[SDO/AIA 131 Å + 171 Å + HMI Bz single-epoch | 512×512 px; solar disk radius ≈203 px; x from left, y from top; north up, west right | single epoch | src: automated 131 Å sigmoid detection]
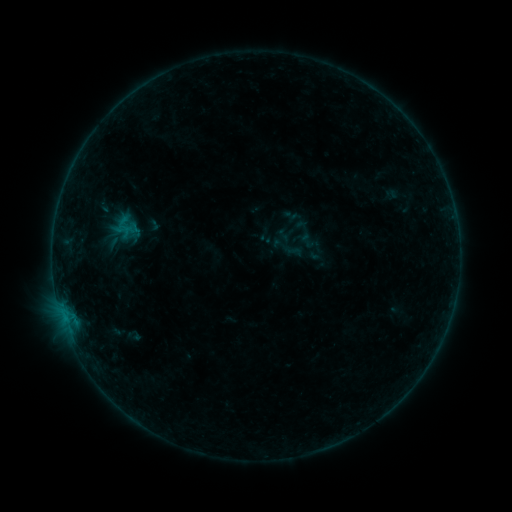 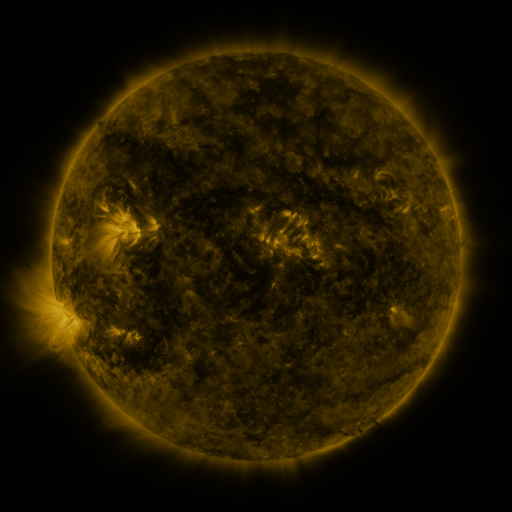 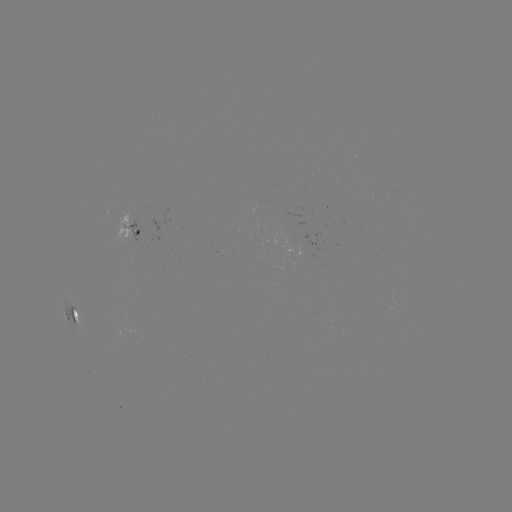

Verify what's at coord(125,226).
sigmoid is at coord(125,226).